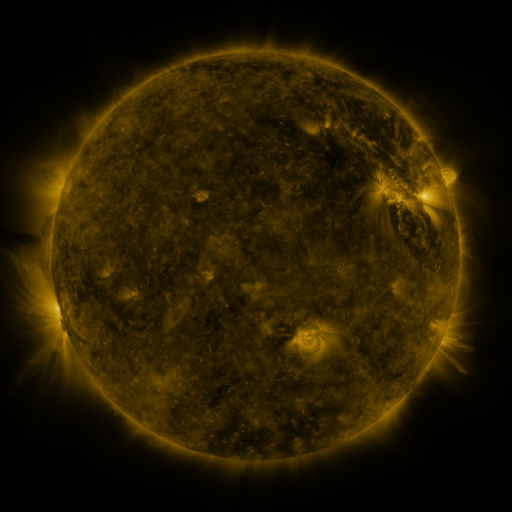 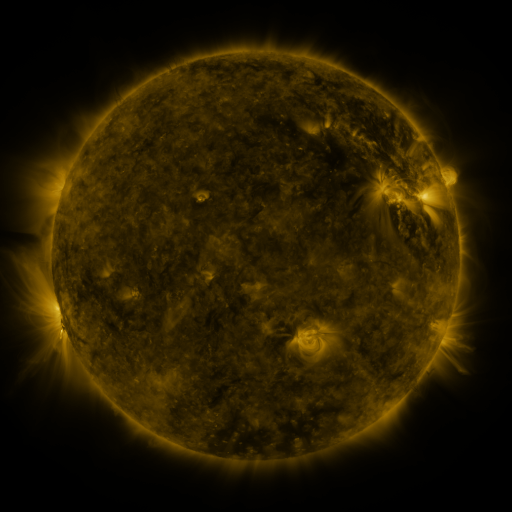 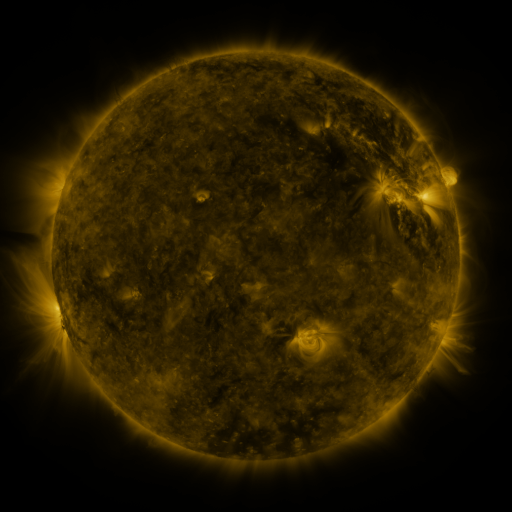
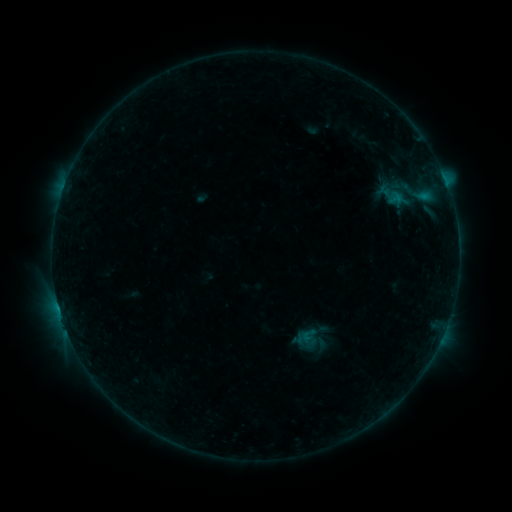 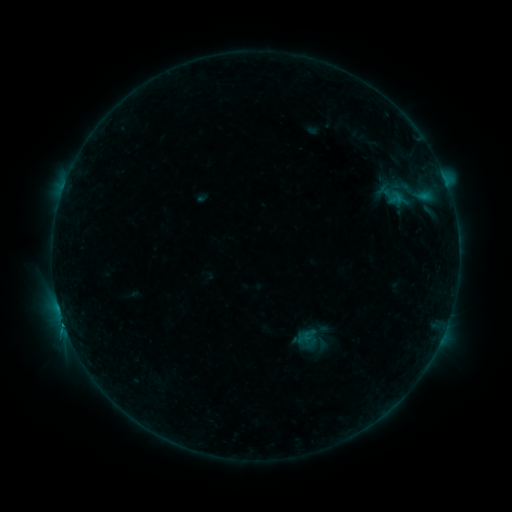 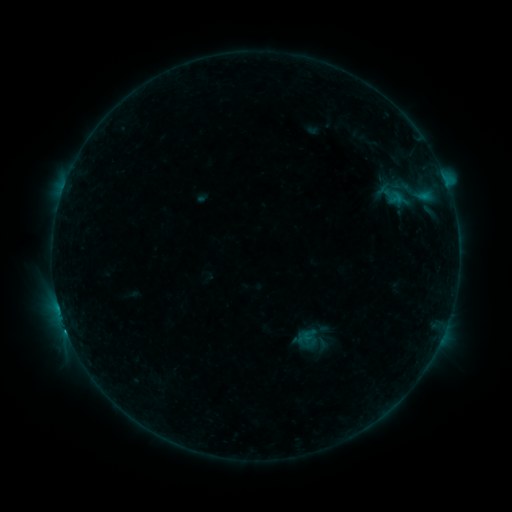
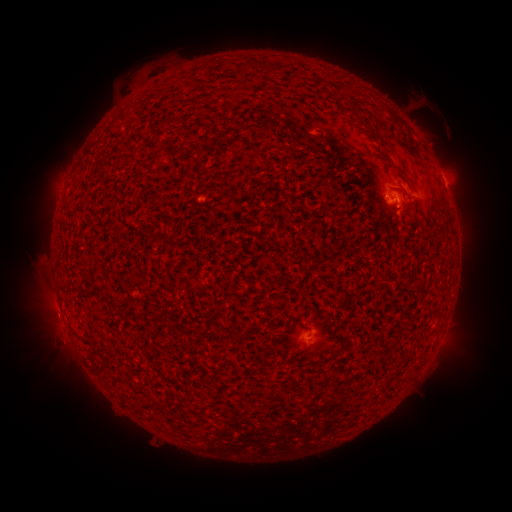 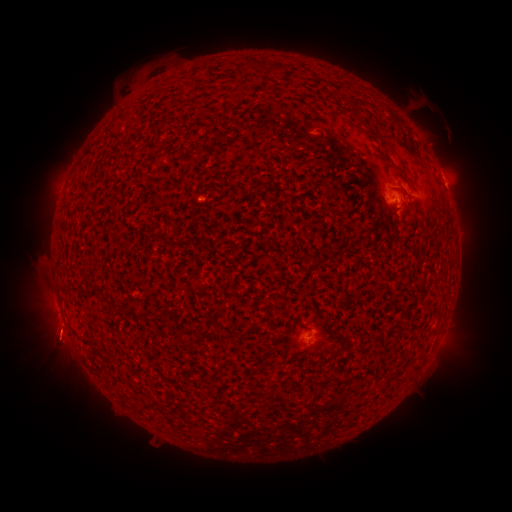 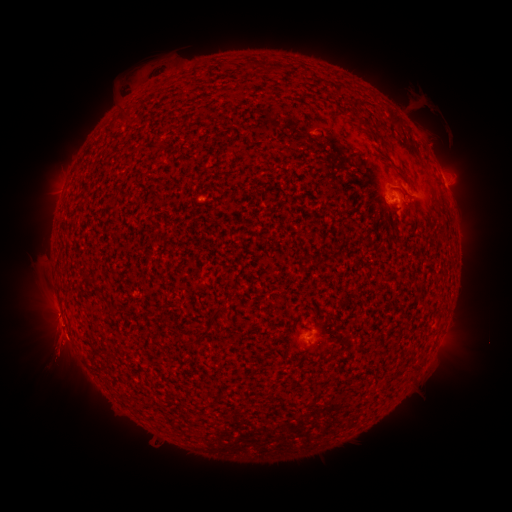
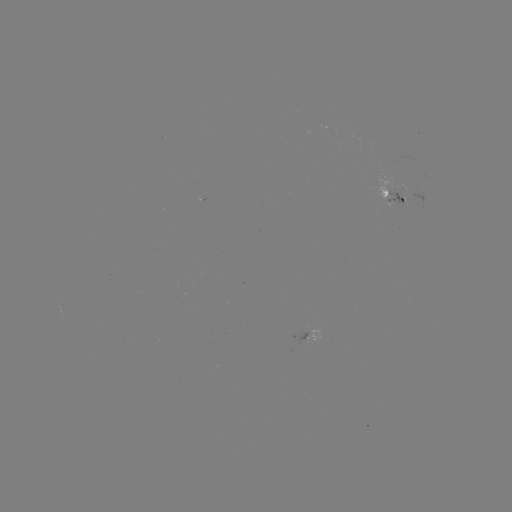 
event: flare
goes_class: C2.6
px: (446, 185)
